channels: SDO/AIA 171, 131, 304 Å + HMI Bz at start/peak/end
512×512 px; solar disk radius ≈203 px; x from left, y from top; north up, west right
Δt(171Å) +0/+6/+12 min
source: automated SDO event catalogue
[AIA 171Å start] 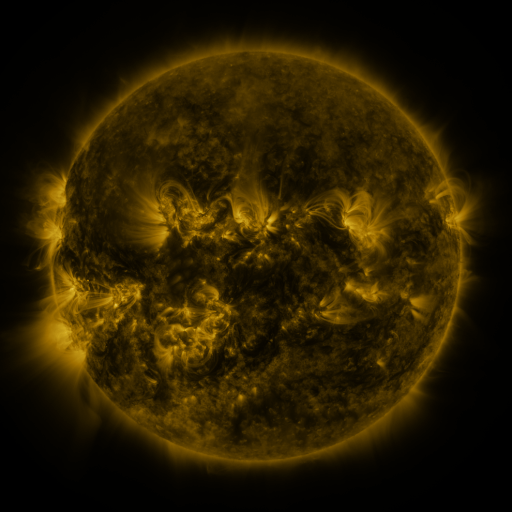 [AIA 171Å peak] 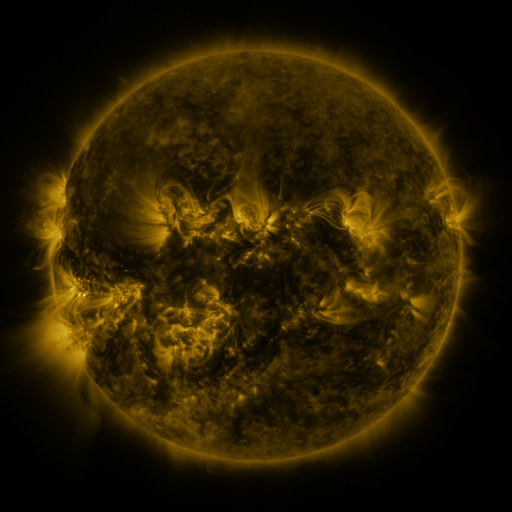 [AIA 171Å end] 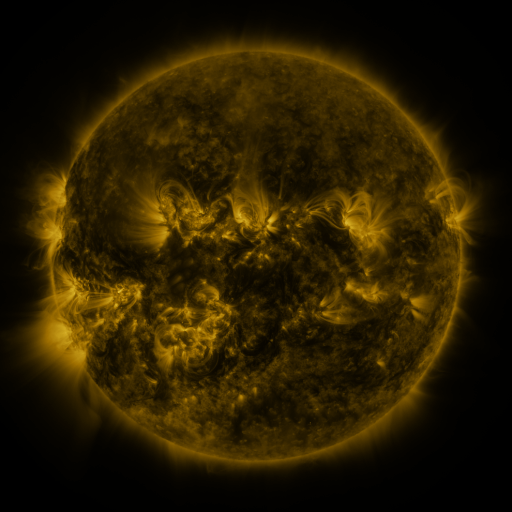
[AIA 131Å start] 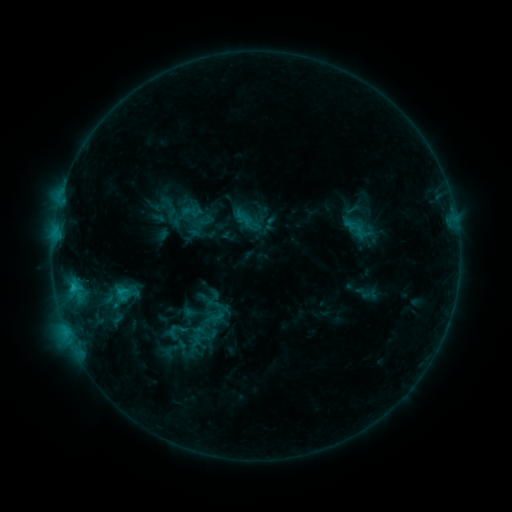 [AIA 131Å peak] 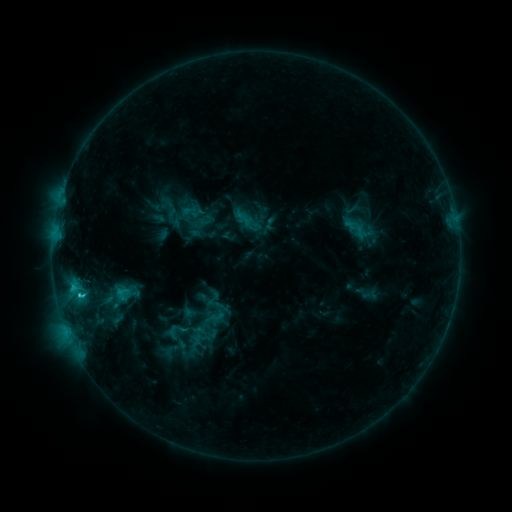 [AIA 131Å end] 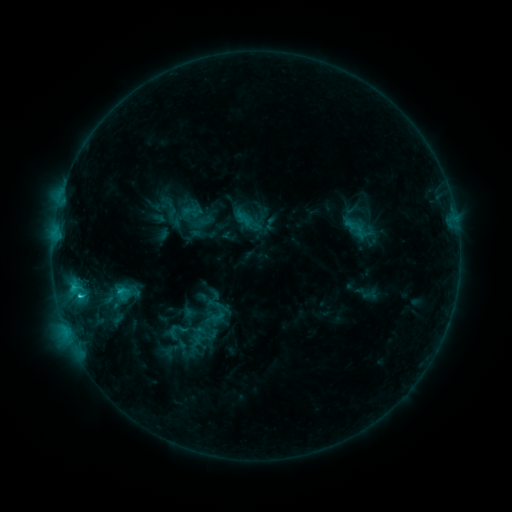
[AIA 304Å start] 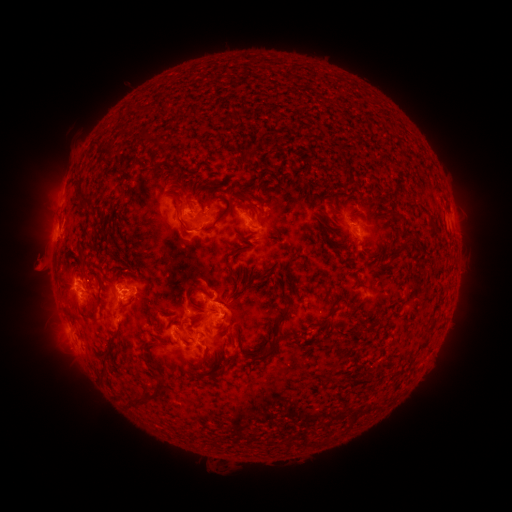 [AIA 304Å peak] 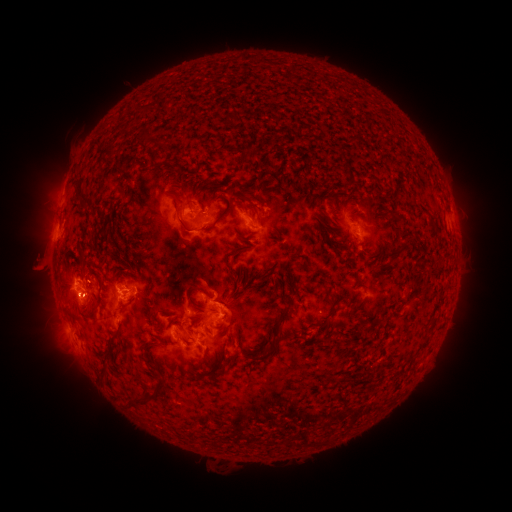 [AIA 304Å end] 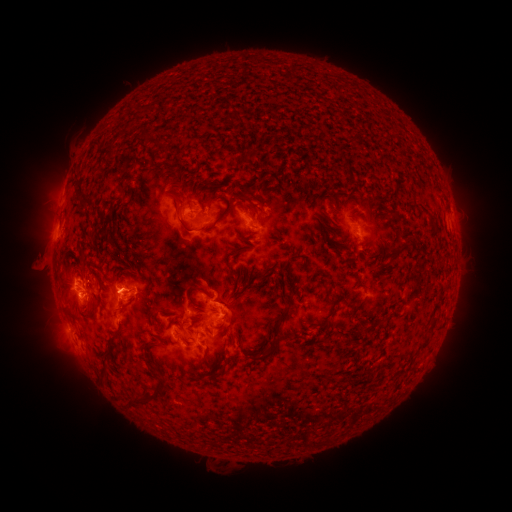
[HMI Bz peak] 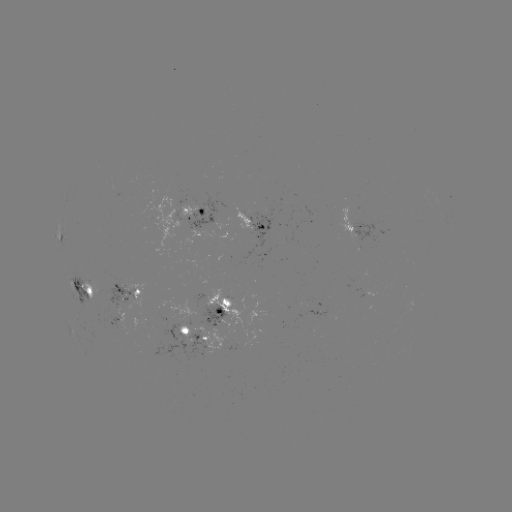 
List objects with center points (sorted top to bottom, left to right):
C2.4 flare: (81, 293)
